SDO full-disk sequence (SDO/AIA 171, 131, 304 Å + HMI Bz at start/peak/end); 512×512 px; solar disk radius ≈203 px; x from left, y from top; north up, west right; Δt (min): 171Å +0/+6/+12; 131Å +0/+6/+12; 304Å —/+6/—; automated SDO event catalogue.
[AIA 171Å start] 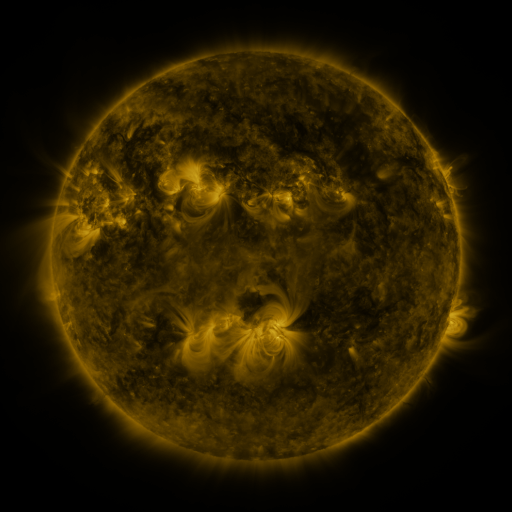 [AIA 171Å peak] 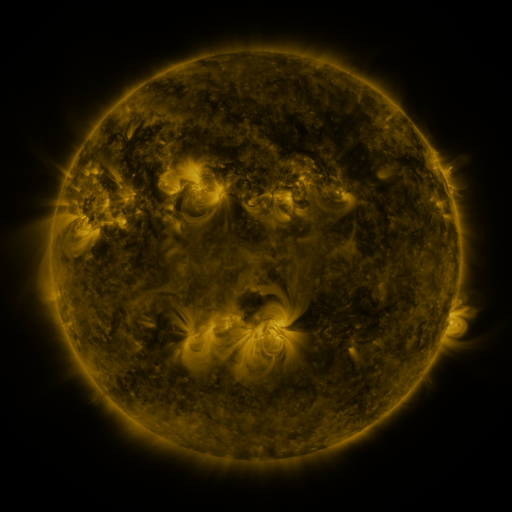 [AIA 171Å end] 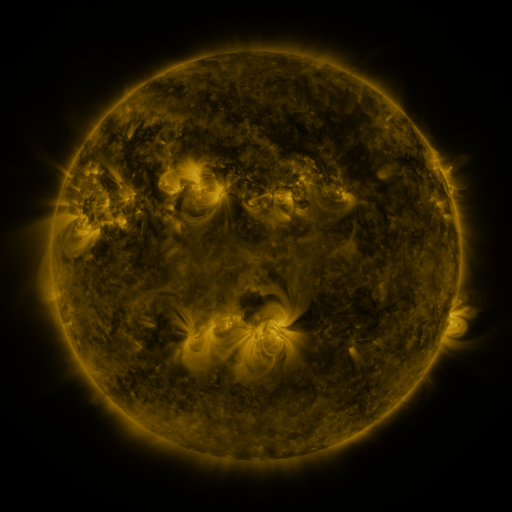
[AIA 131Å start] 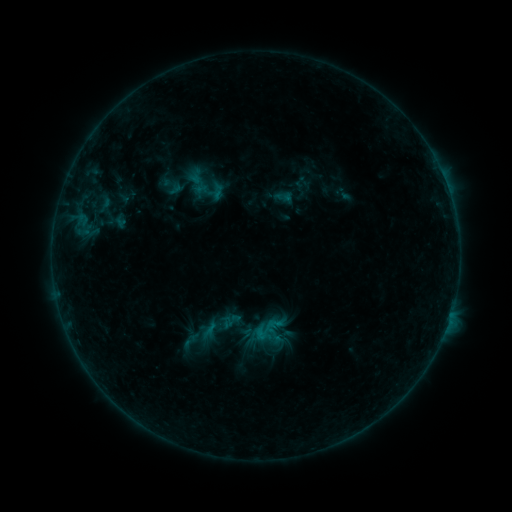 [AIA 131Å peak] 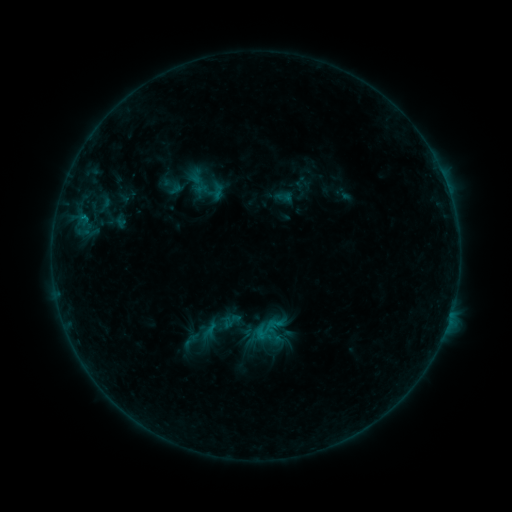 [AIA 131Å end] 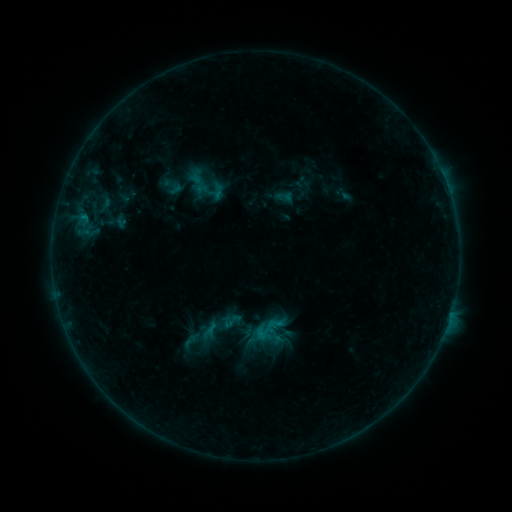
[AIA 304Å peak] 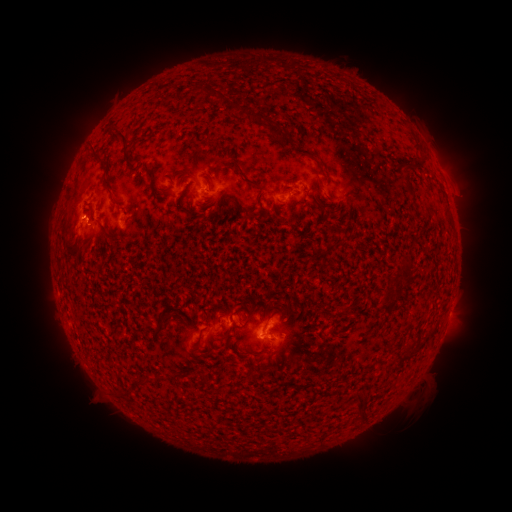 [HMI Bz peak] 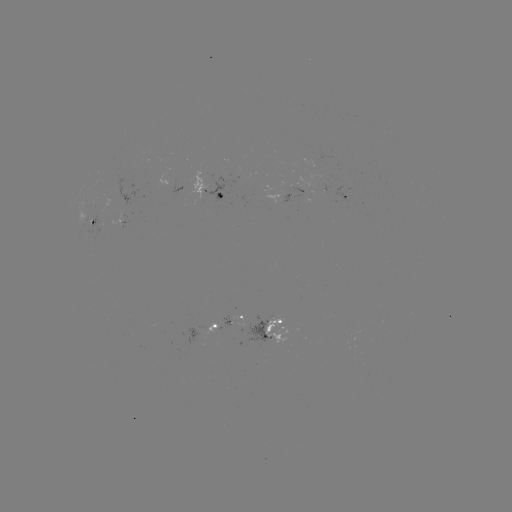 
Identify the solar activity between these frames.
B5.6 flare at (84, 219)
